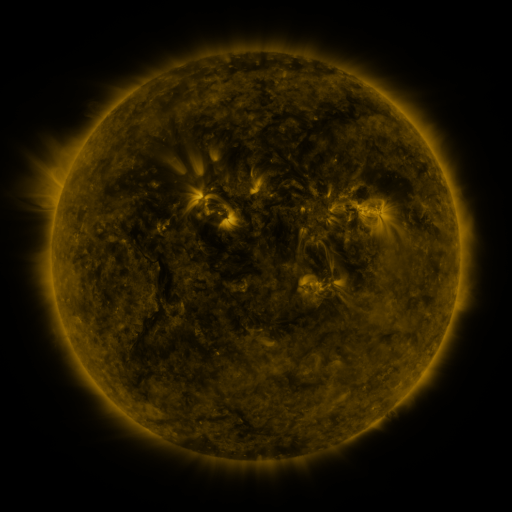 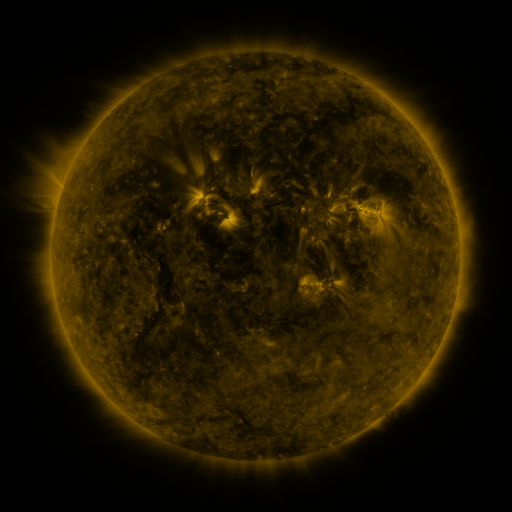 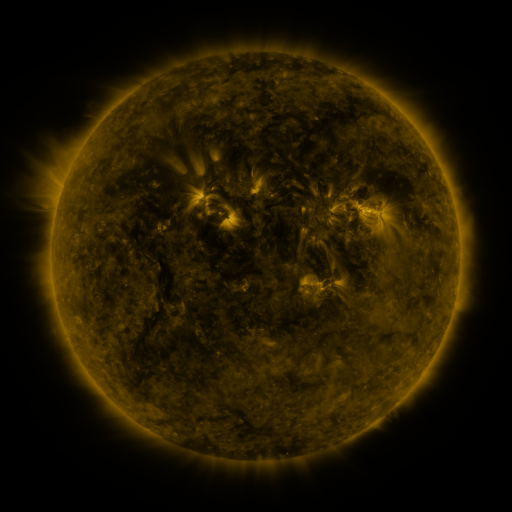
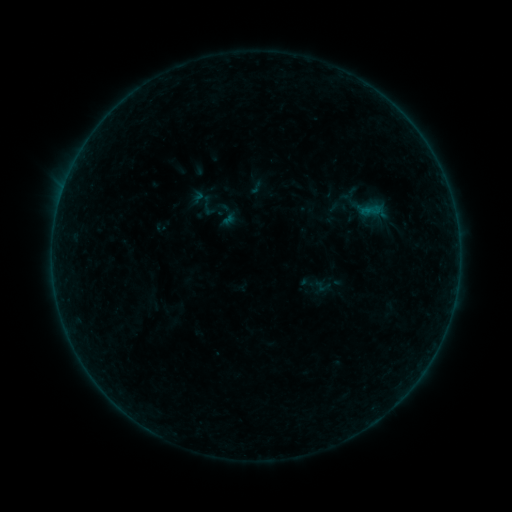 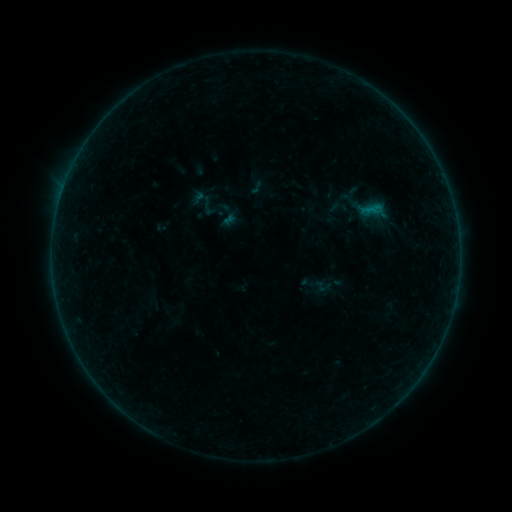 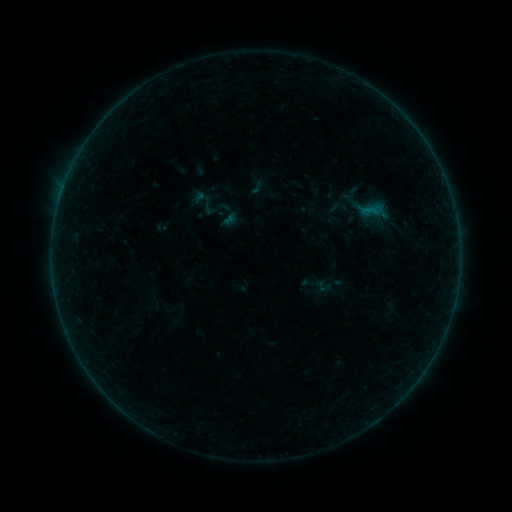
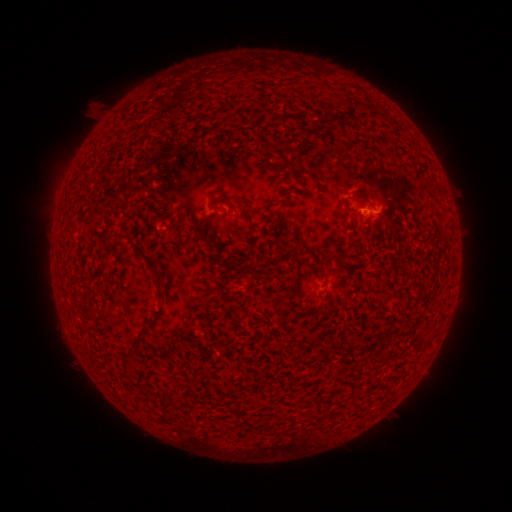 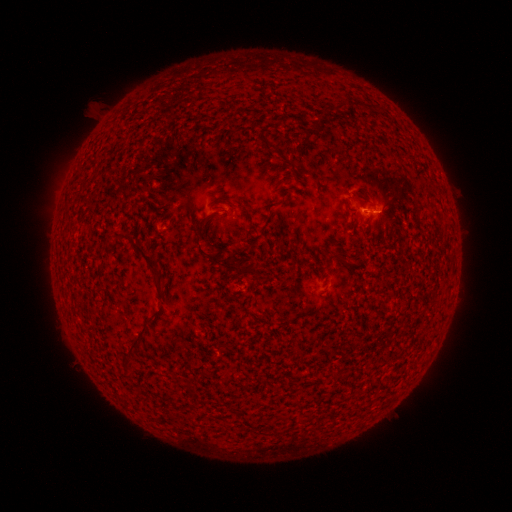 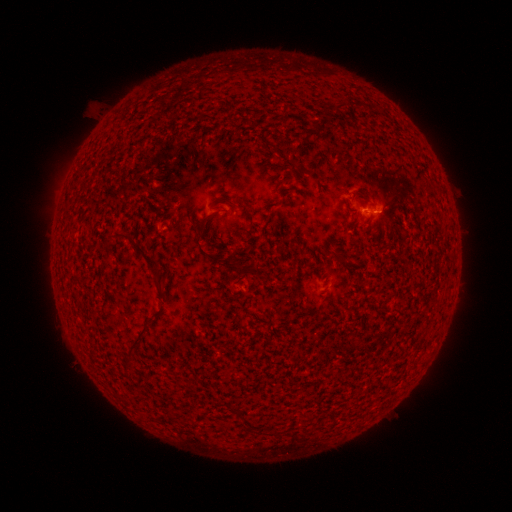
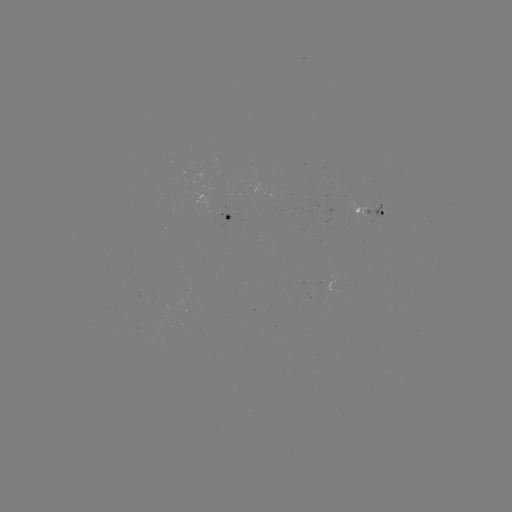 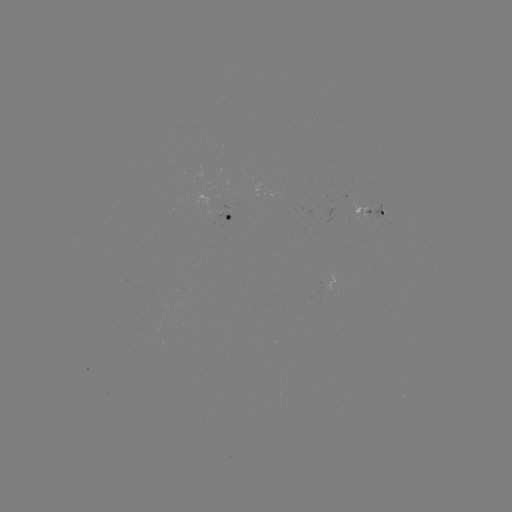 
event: flare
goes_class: B2.9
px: (372, 214)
